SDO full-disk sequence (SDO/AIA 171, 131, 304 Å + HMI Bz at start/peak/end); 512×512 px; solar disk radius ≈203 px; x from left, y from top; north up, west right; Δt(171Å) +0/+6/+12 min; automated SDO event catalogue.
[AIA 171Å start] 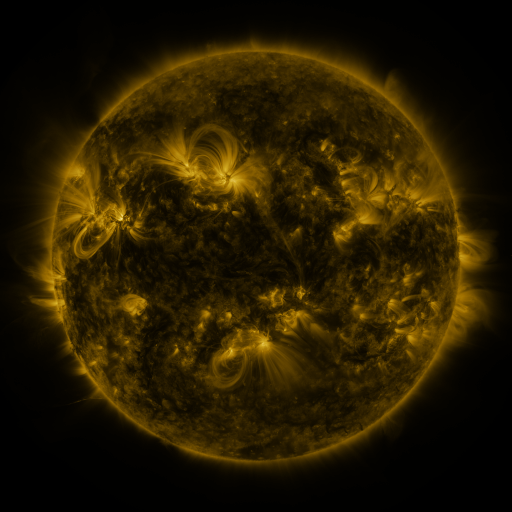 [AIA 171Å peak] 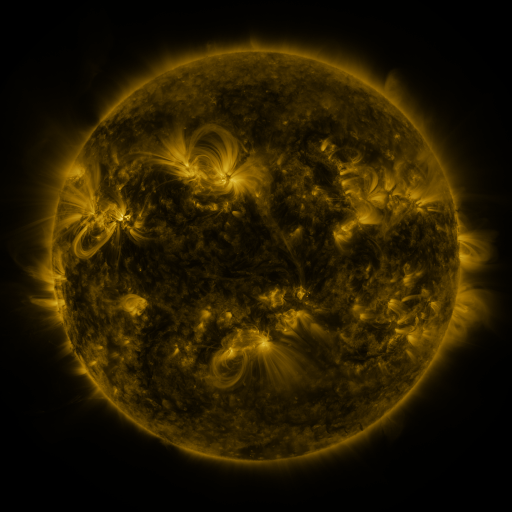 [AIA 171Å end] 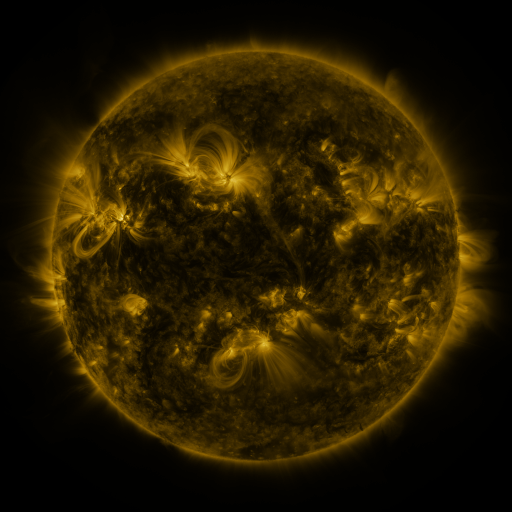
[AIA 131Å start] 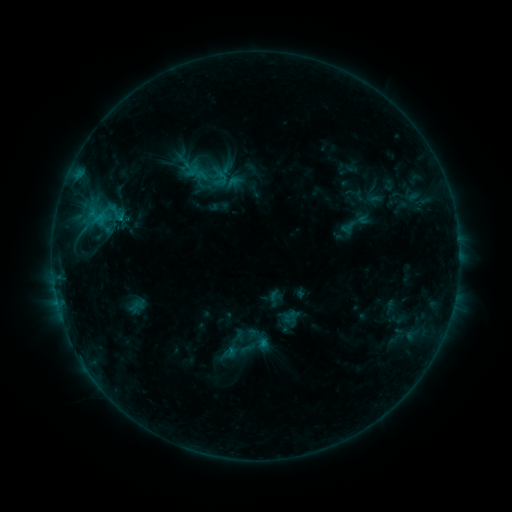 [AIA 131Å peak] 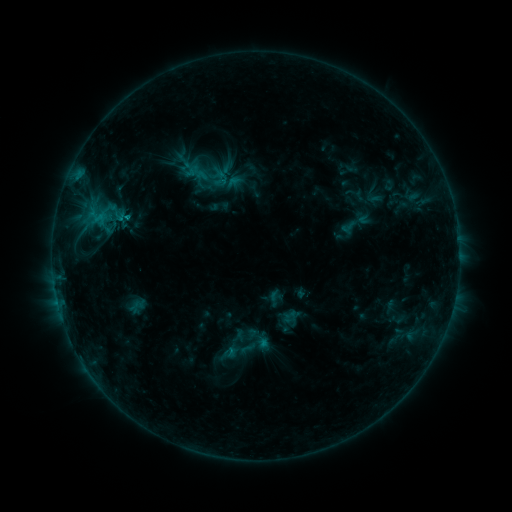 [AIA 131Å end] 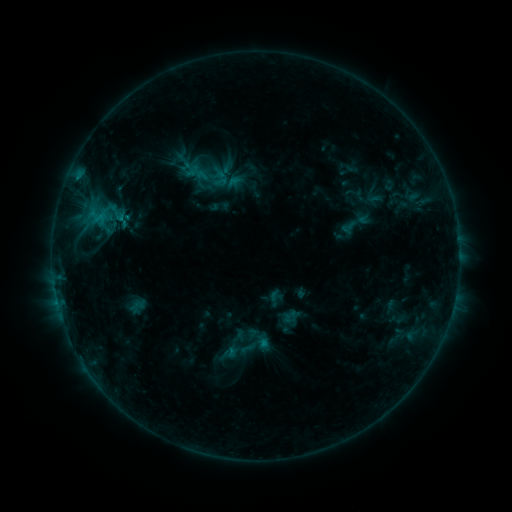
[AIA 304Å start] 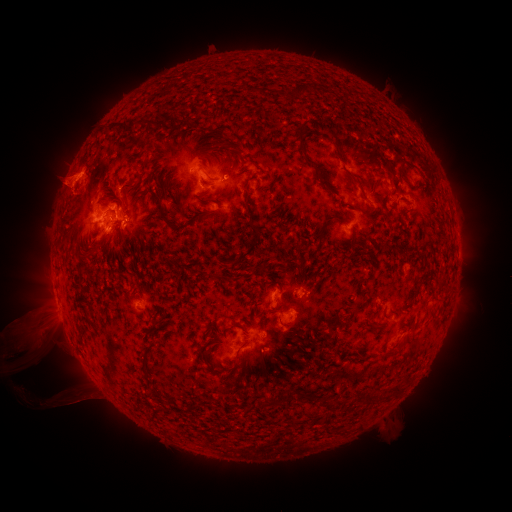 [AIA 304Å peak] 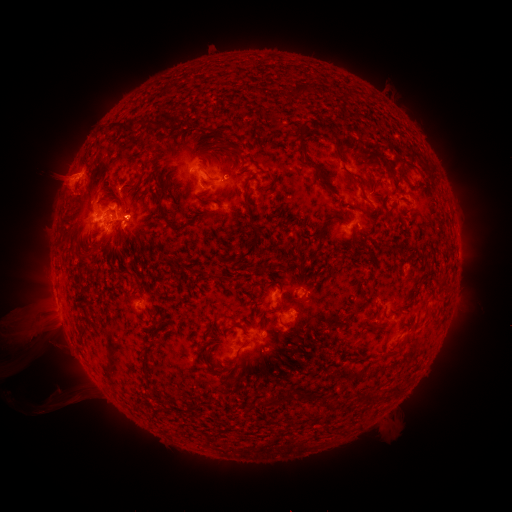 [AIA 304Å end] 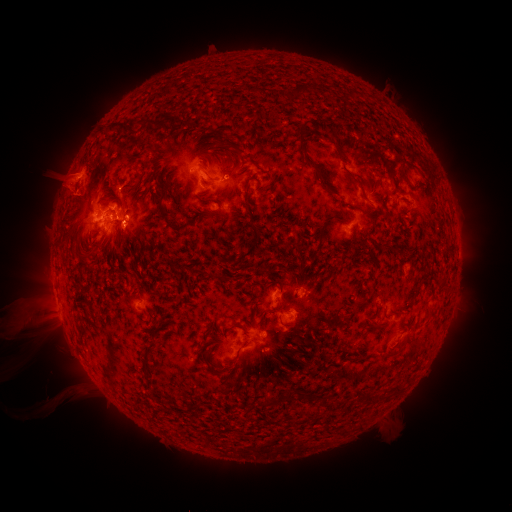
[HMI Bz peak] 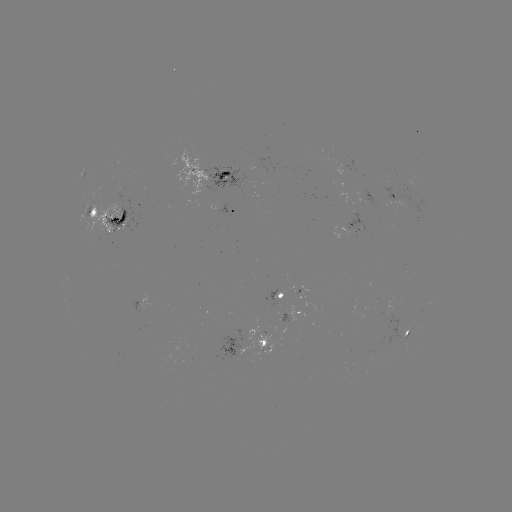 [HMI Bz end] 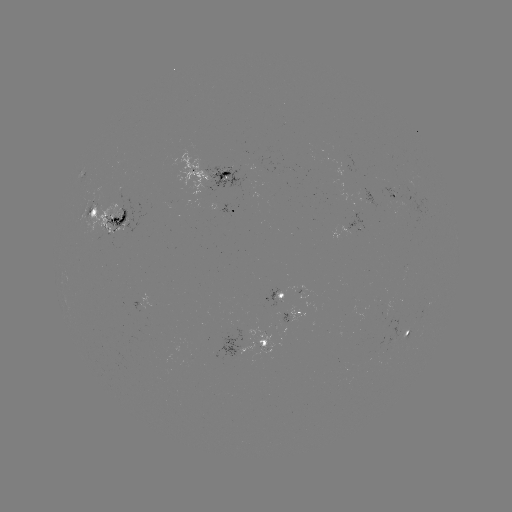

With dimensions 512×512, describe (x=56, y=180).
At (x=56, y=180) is eruption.